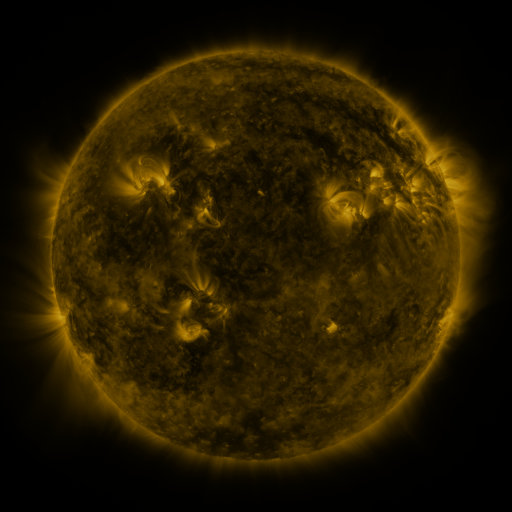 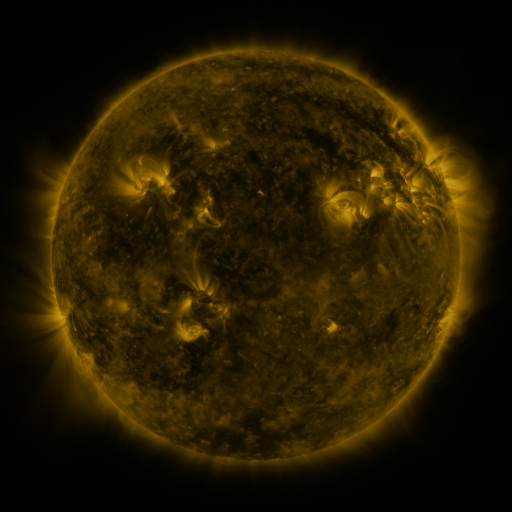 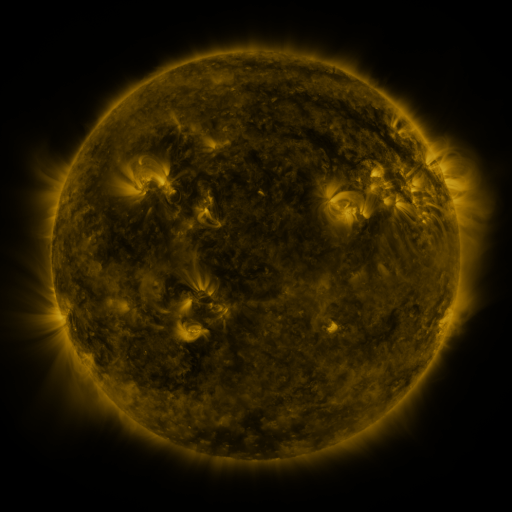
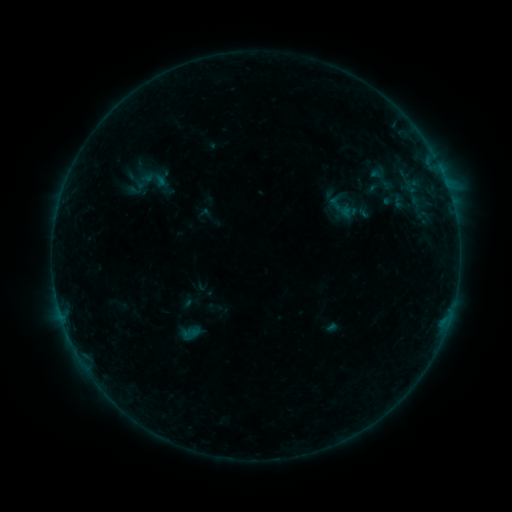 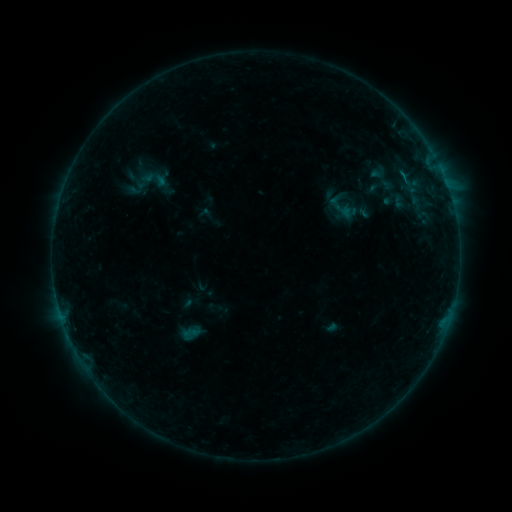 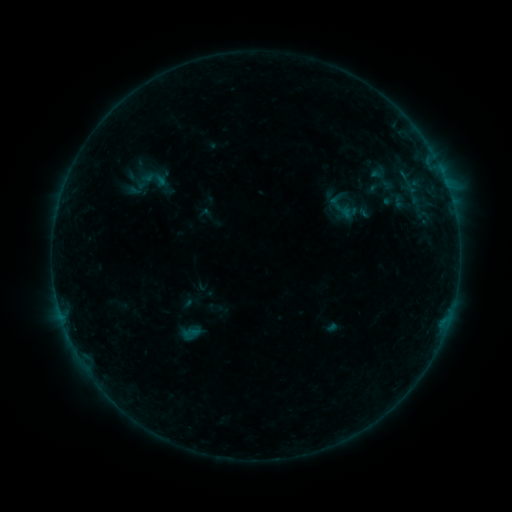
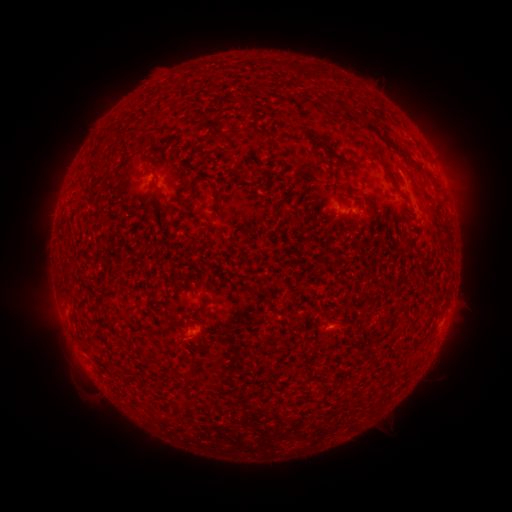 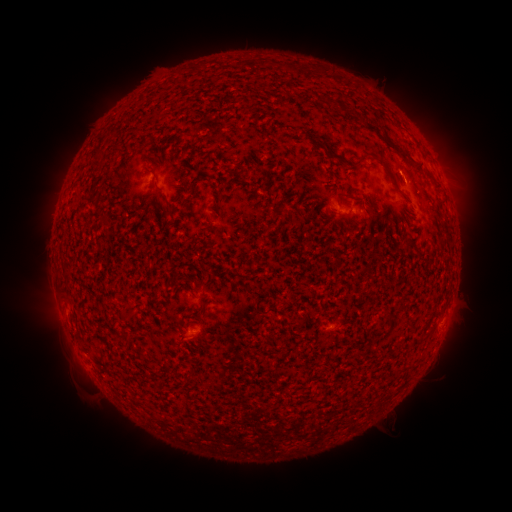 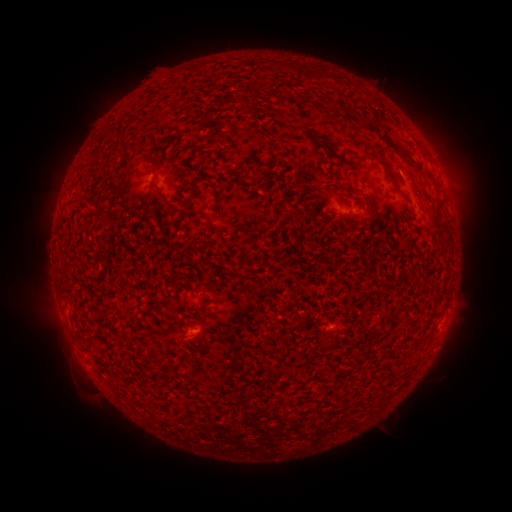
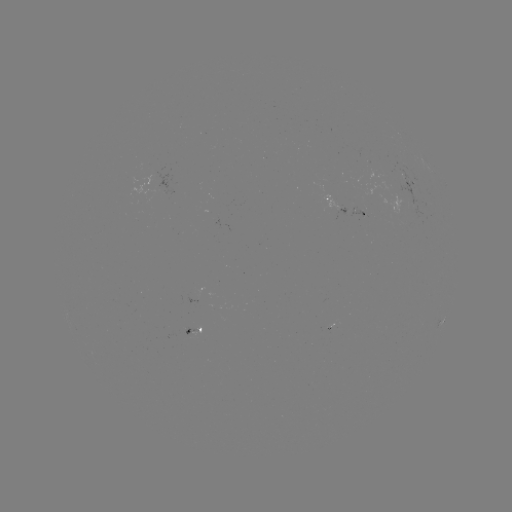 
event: flare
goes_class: B1.8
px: (401, 177)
